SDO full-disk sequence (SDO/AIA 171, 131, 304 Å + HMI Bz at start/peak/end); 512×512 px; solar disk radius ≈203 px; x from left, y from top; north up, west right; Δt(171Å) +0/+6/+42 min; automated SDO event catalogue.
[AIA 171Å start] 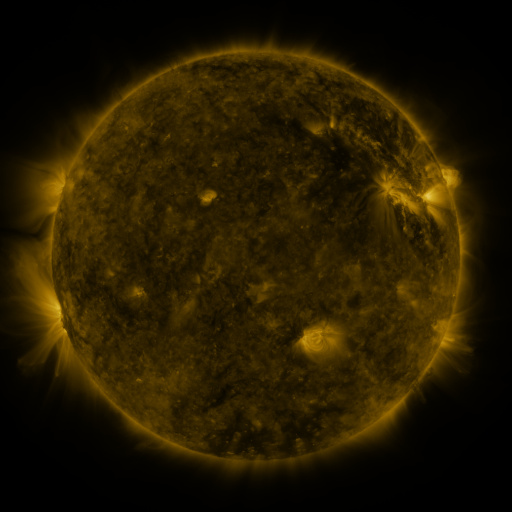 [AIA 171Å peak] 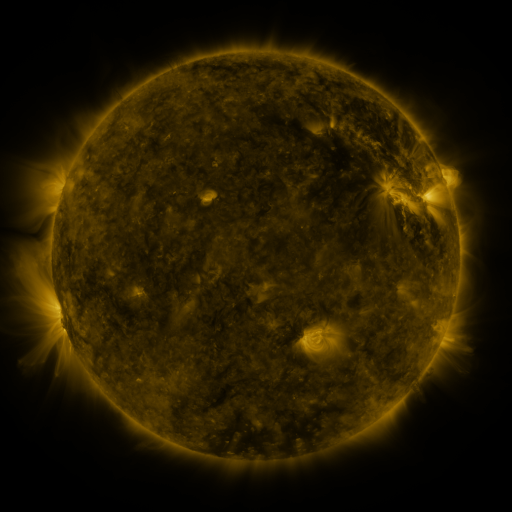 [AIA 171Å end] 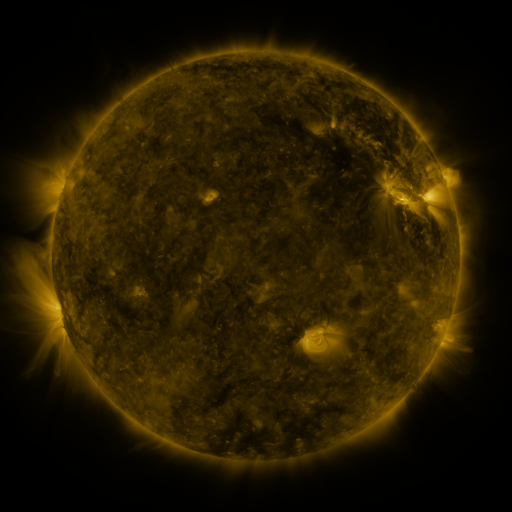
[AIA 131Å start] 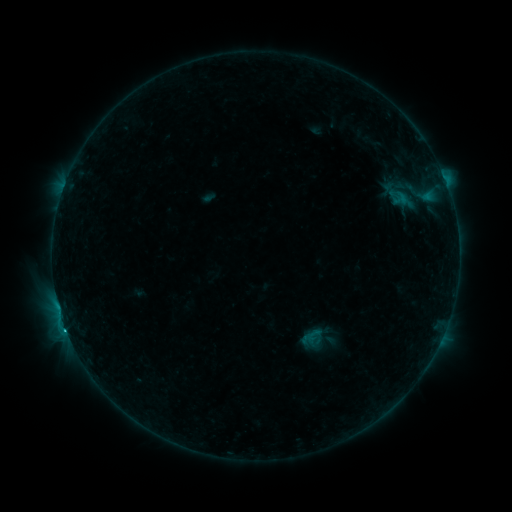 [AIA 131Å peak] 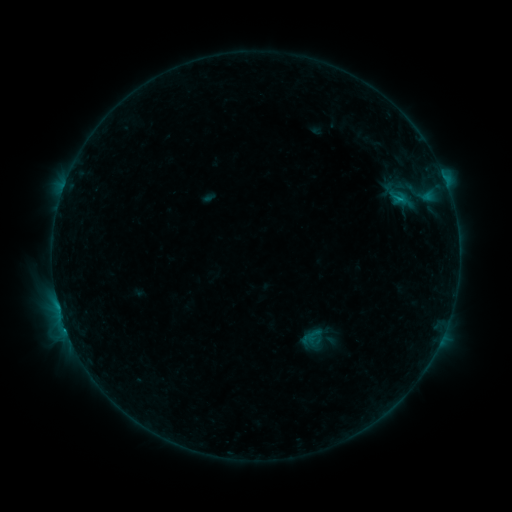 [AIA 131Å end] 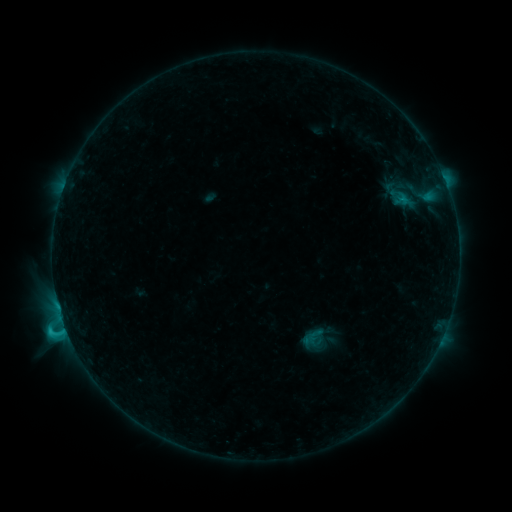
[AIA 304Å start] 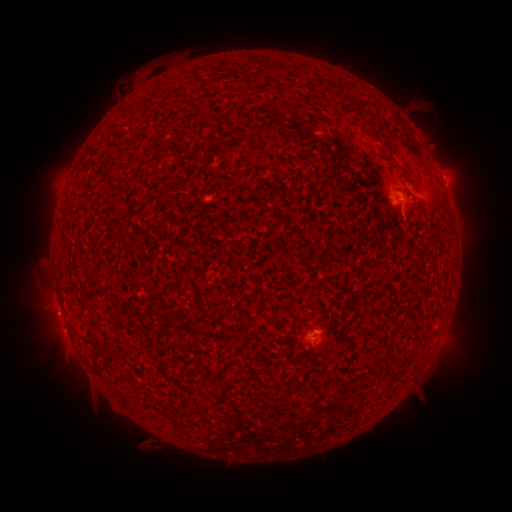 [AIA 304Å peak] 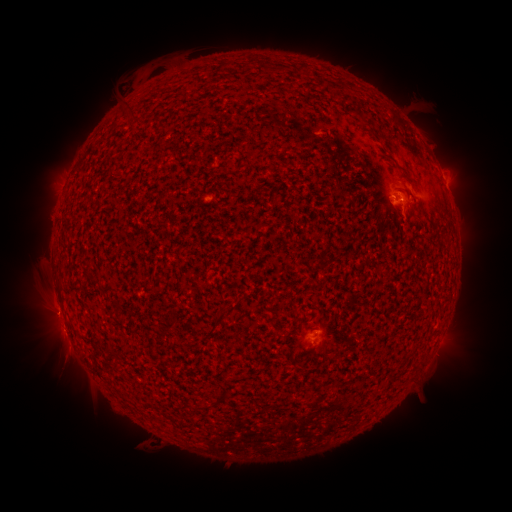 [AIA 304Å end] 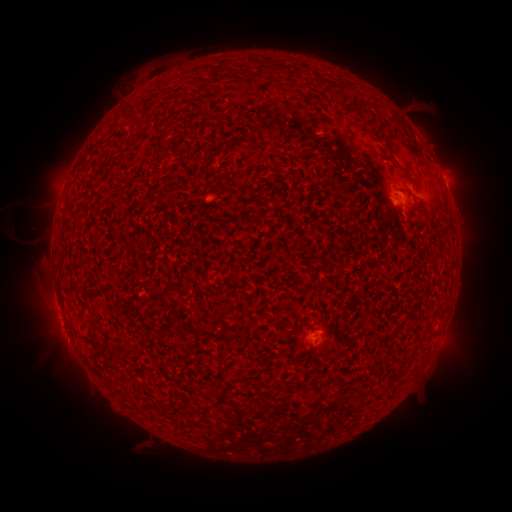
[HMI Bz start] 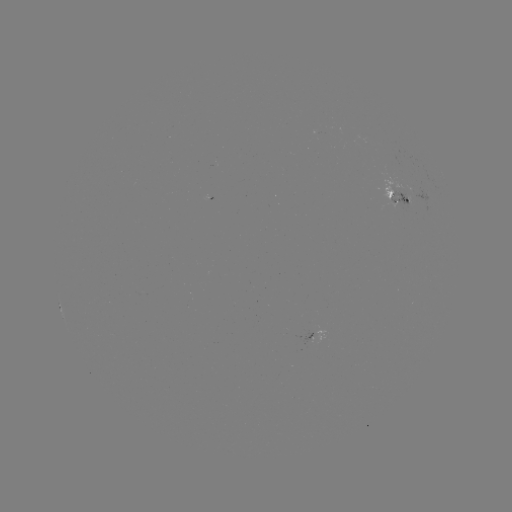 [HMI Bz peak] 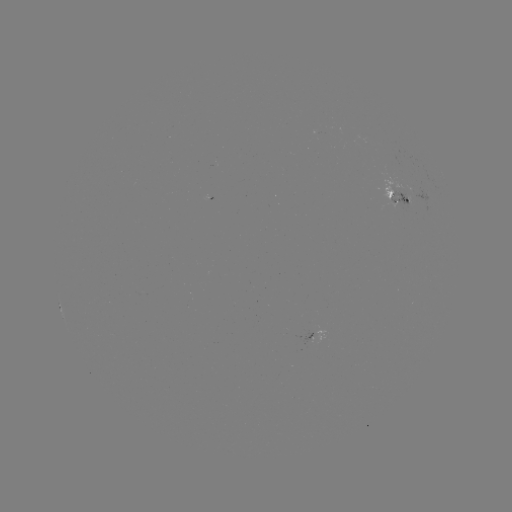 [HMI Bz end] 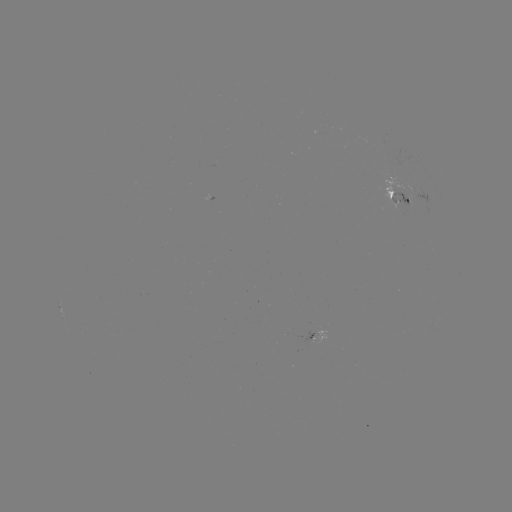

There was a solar emerging-flux region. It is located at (391, 195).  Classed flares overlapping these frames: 2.